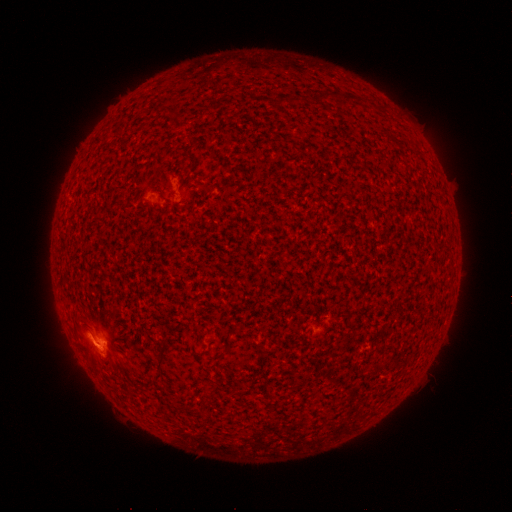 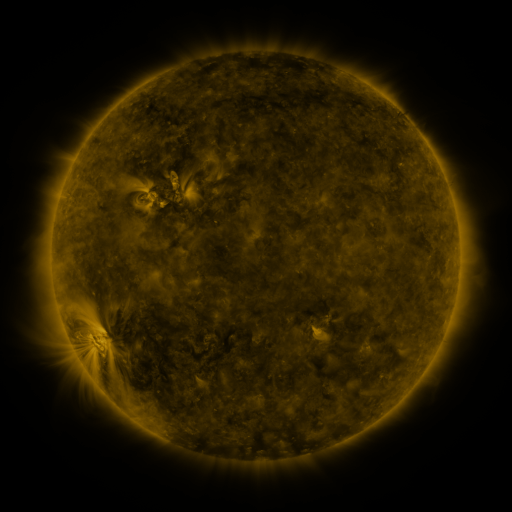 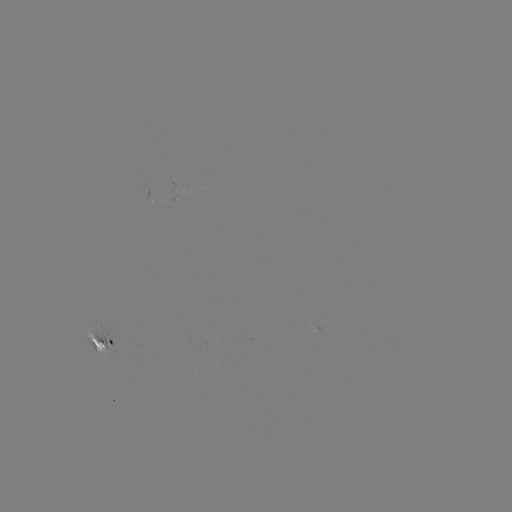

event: spotted active region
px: (104, 349)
